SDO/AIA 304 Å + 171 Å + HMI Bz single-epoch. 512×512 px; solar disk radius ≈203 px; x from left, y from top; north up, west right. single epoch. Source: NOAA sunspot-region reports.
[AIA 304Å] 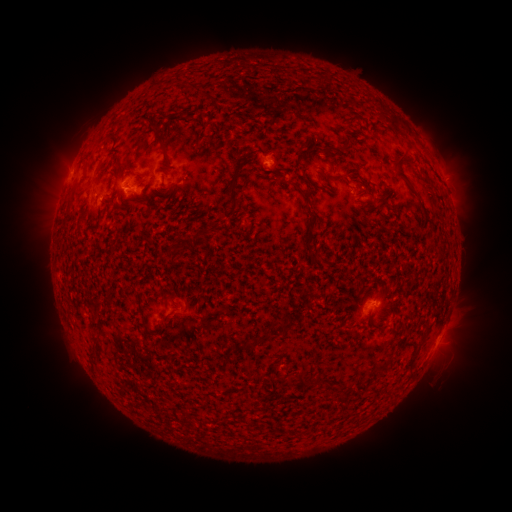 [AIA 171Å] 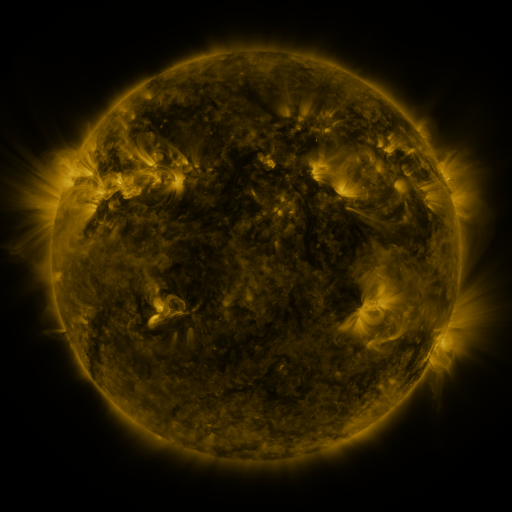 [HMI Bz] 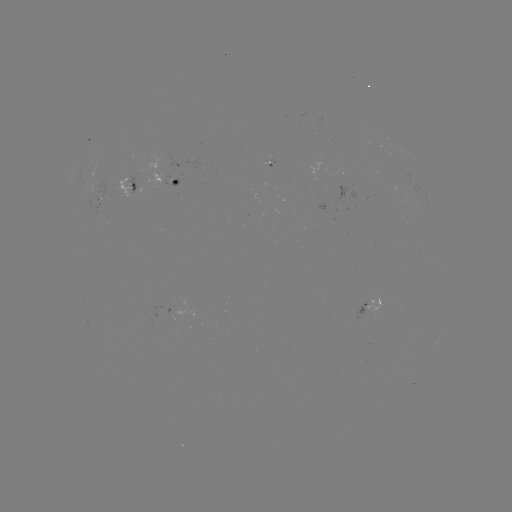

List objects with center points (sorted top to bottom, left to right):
spotted active region: (164, 181)
spotted active region: (135, 185)
spotted active region: (100, 198)
spotted active region: (373, 304)
